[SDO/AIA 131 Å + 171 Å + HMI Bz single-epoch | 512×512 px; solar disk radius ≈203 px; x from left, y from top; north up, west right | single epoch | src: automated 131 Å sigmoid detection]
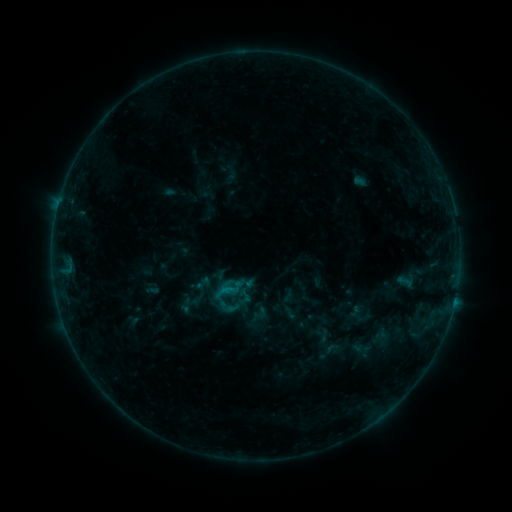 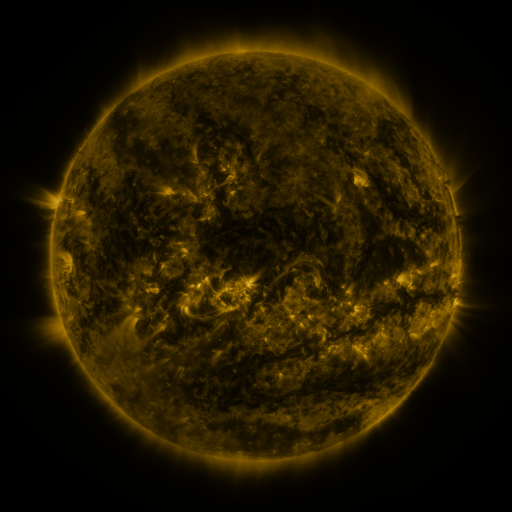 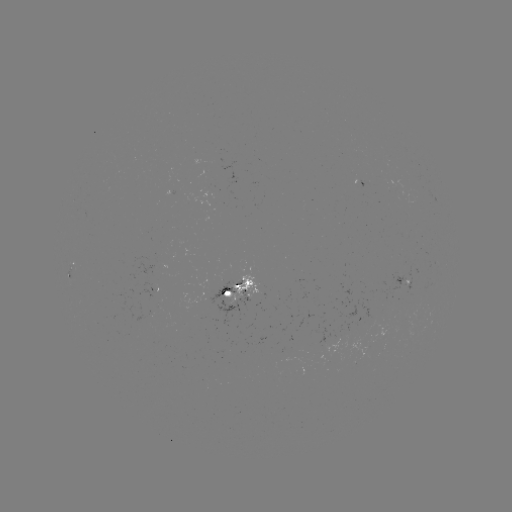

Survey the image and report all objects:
sigmoid: (397, 271, 413, 292)
sigmoid: (193, 274, 213, 292)
